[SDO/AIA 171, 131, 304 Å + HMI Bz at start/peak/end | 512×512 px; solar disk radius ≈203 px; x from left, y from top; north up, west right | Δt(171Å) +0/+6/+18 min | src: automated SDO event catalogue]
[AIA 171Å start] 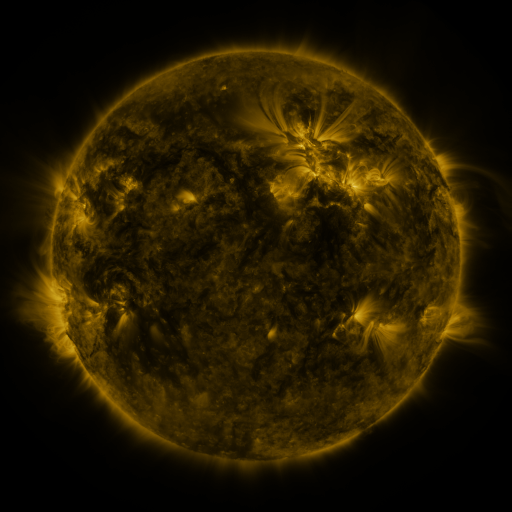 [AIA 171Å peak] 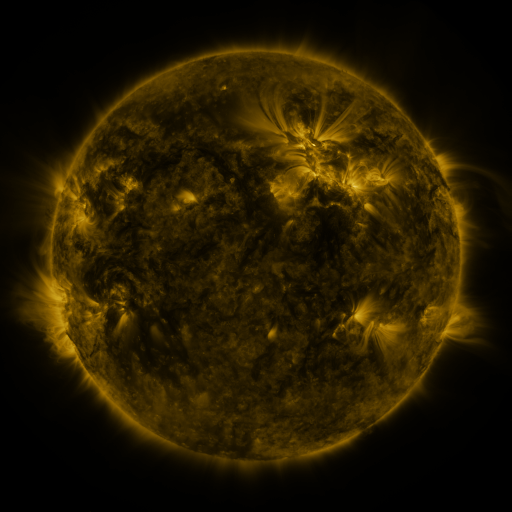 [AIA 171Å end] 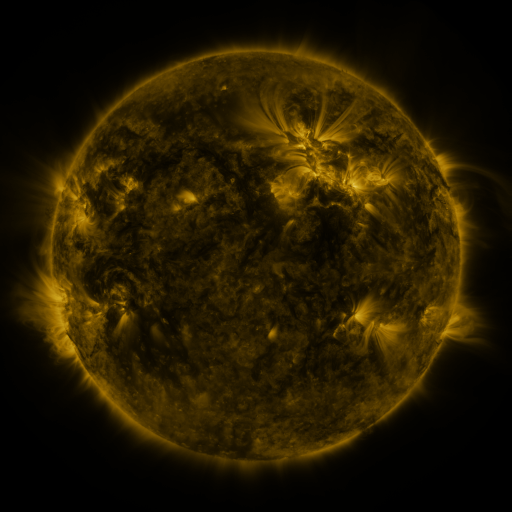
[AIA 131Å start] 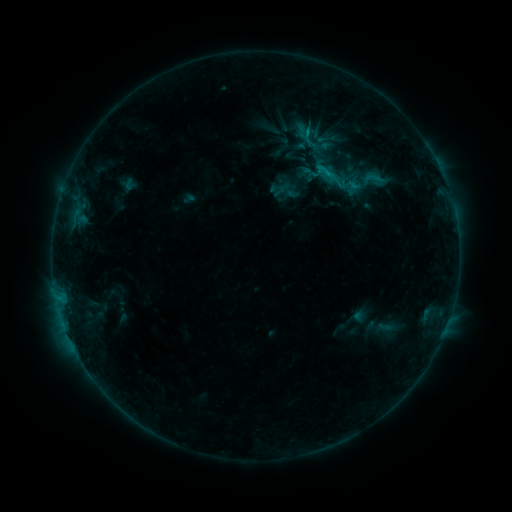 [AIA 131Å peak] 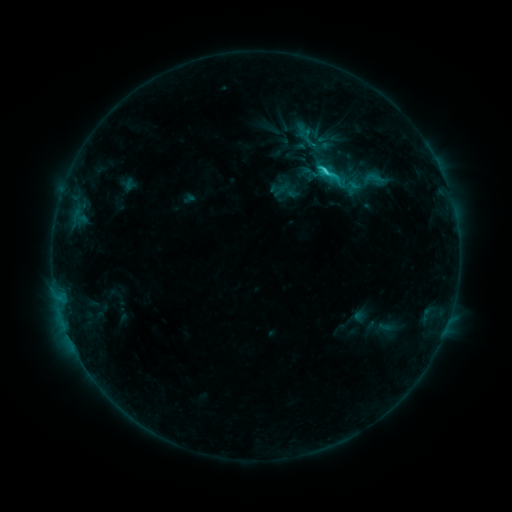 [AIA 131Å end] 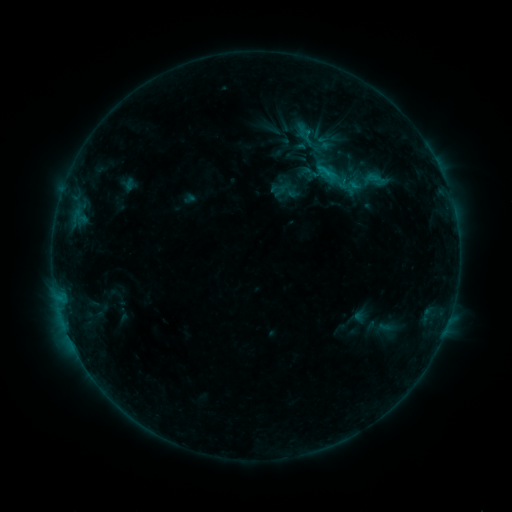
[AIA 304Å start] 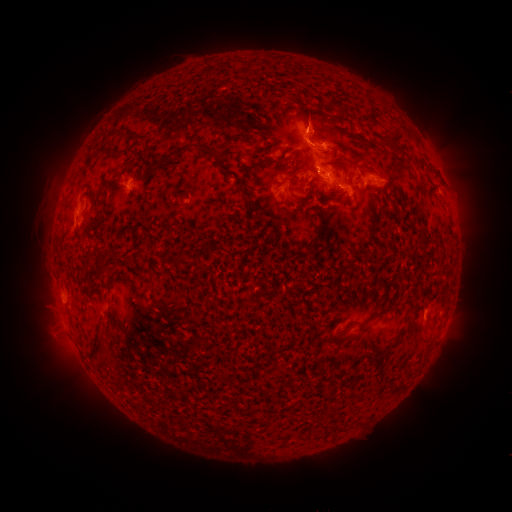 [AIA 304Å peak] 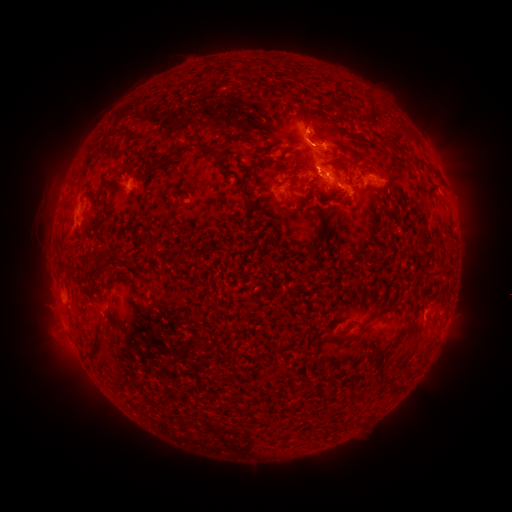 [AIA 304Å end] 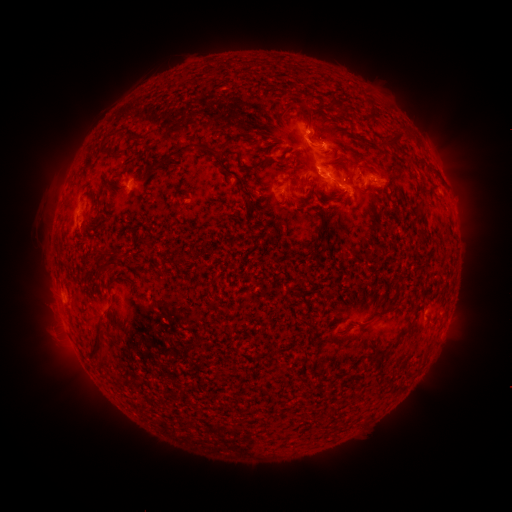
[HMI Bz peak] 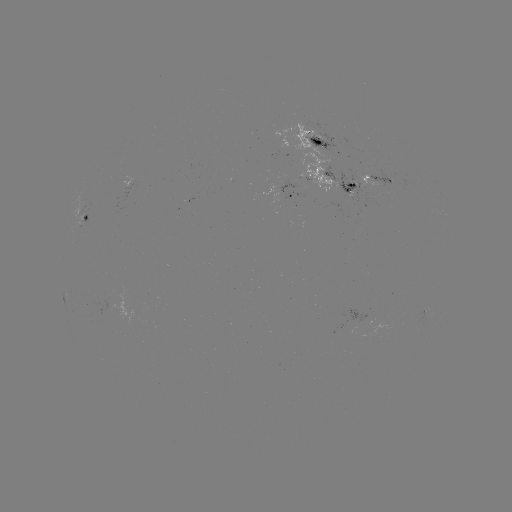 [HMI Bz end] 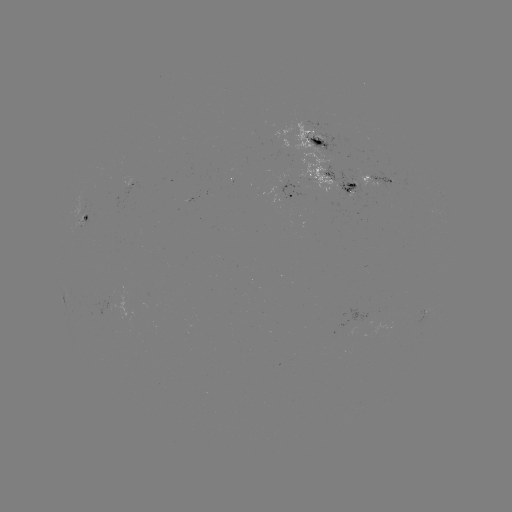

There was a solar flare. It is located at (325, 173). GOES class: C2.0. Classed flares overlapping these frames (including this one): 1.